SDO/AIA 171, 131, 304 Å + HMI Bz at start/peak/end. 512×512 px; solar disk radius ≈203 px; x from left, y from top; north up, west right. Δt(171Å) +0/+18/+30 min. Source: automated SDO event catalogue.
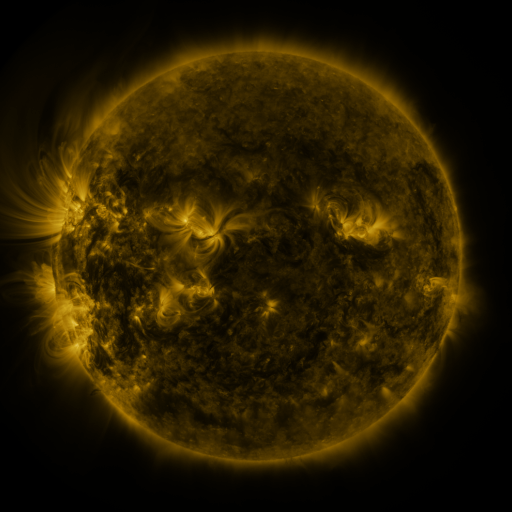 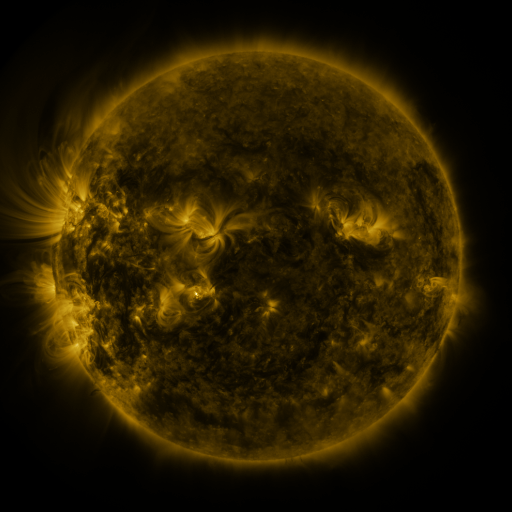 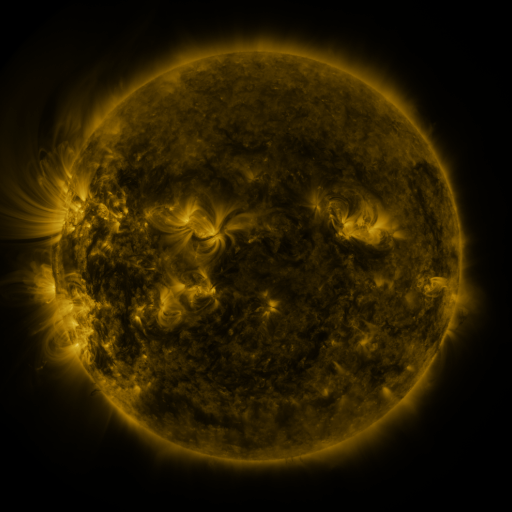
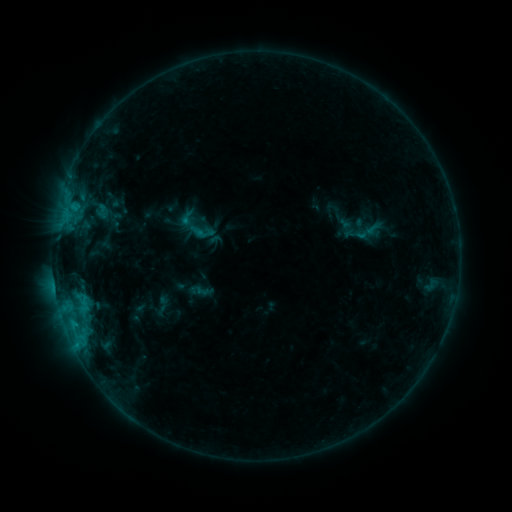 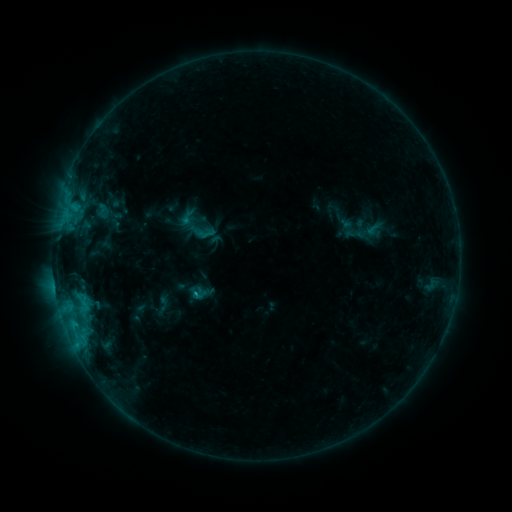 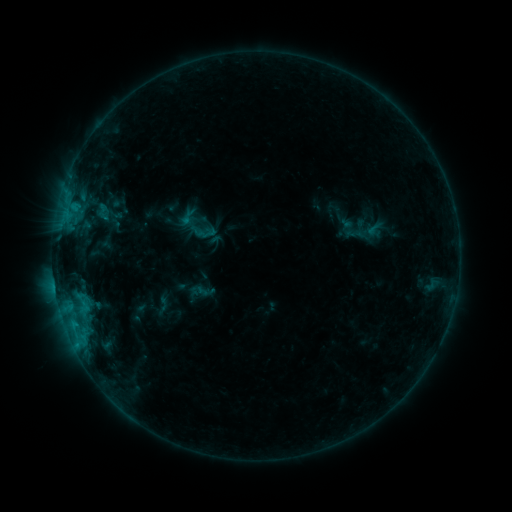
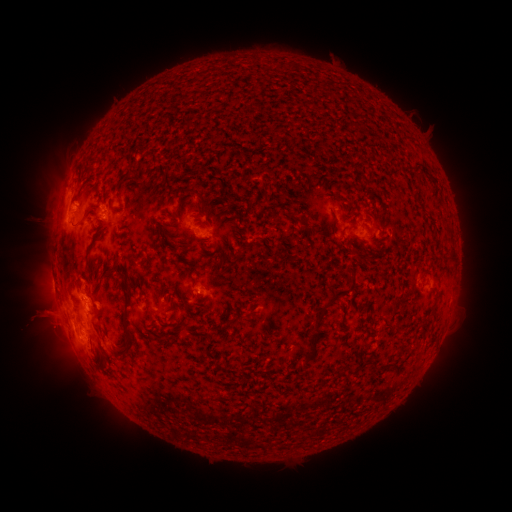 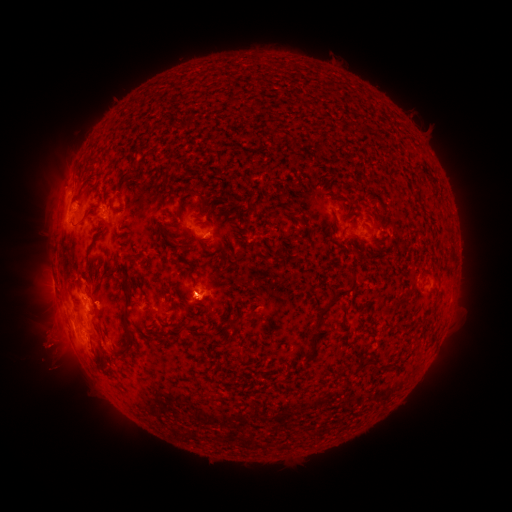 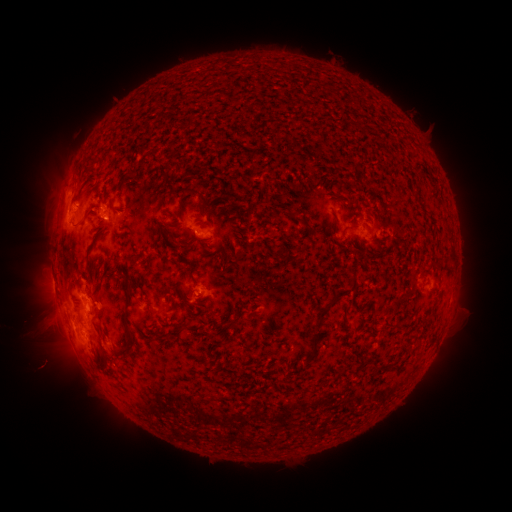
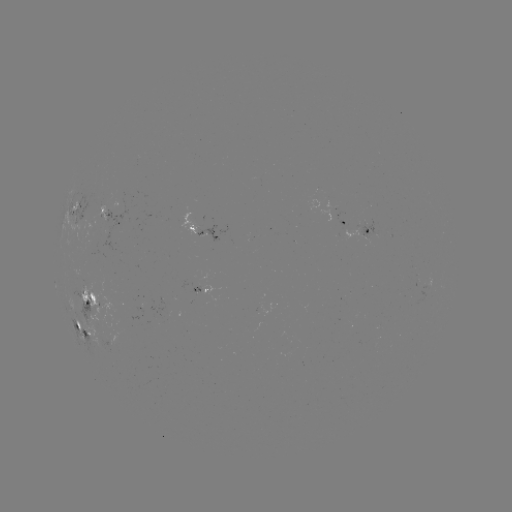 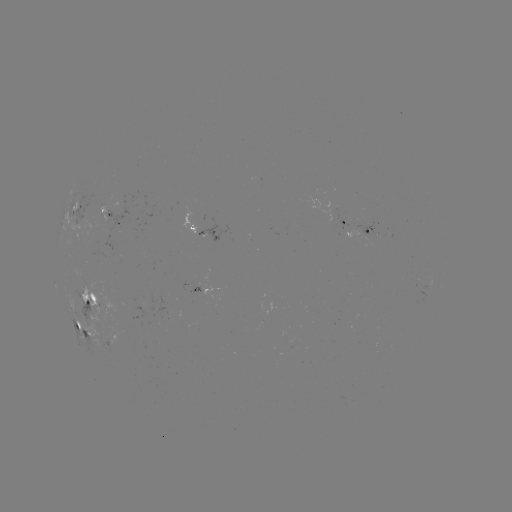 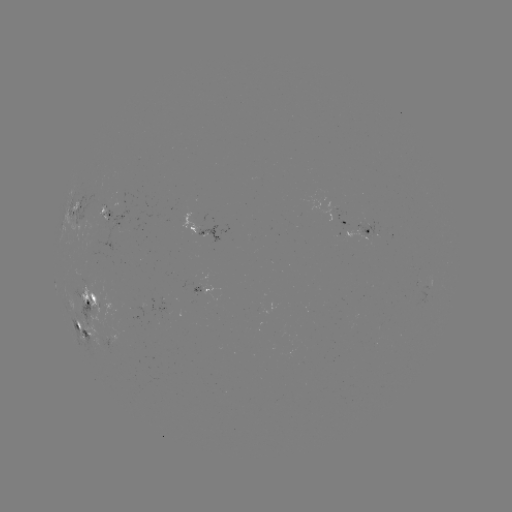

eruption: <bbox>7, 294, 87, 382</bbox>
